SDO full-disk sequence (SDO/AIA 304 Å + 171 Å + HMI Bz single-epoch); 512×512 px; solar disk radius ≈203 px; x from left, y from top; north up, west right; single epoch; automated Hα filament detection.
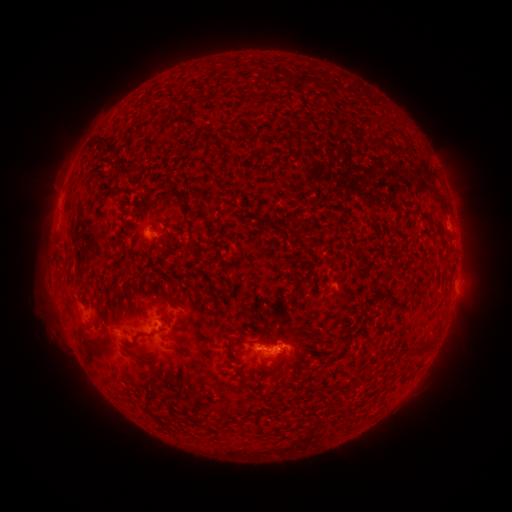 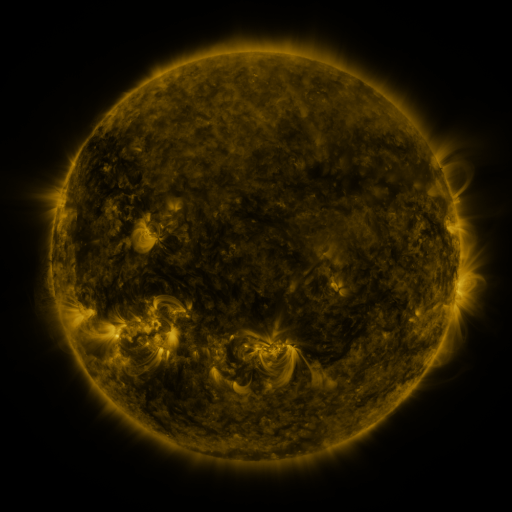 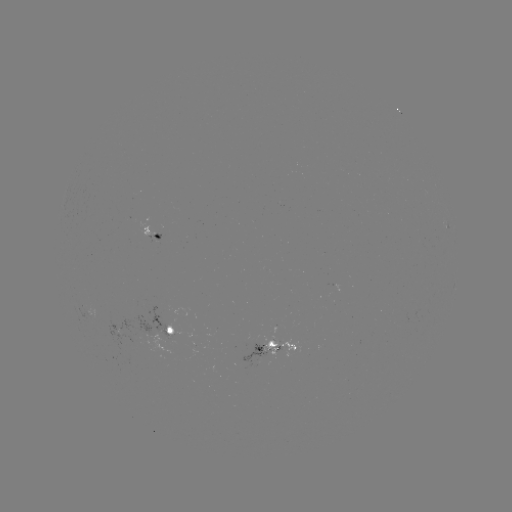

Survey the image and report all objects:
filament: (95, 135, 110, 148)
filament: (105, 141, 114, 151)
filament: (120, 166, 136, 177)
filament: (410, 233, 418, 244)
filament: (382, 267, 397, 282)
filament: (384, 292, 403, 313)
filament: (89, 299, 98, 309)
